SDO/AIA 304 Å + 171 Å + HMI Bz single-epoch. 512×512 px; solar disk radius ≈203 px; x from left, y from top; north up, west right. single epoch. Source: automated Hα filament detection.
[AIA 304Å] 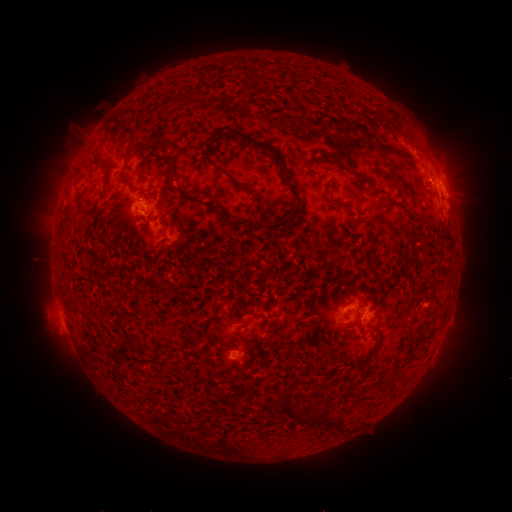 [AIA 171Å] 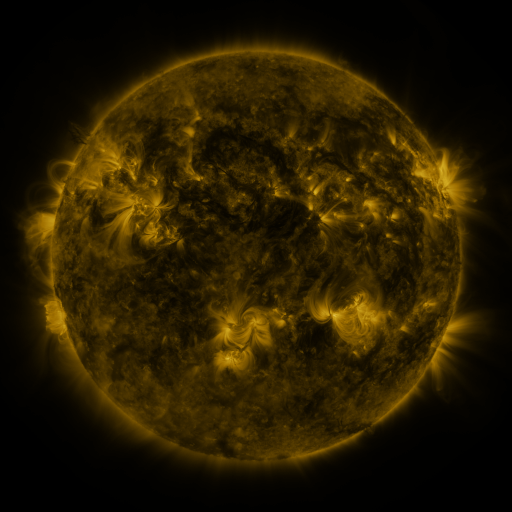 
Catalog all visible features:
filament: (232, 130, 286, 165)
filament: (214, 163, 243, 189)
filament: (308, 168, 318, 176)
filament: (351, 168, 366, 181)
filament: (118, 169, 127, 183)
filament: (166, 174, 252, 227)
filament: (281, 174, 302, 204)
filament: (119, 194, 130, 202)
filament: (277, 214, 296, 238)
filament: (355, 306, 363, 315)
filament: (369, 381, 378, 388)
filament: (333, 419, 342, 430)
